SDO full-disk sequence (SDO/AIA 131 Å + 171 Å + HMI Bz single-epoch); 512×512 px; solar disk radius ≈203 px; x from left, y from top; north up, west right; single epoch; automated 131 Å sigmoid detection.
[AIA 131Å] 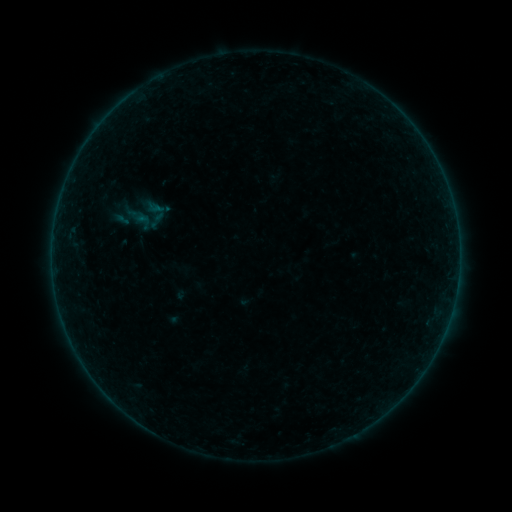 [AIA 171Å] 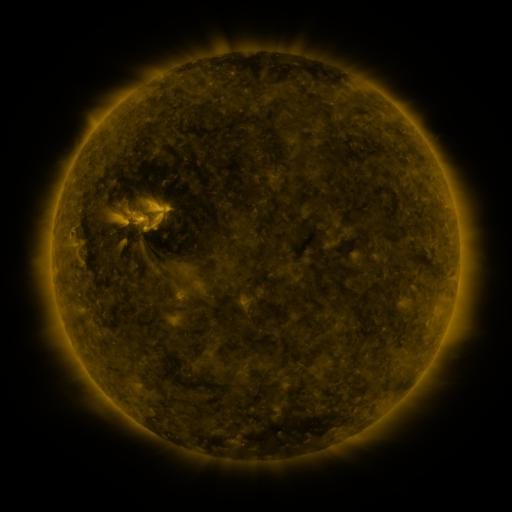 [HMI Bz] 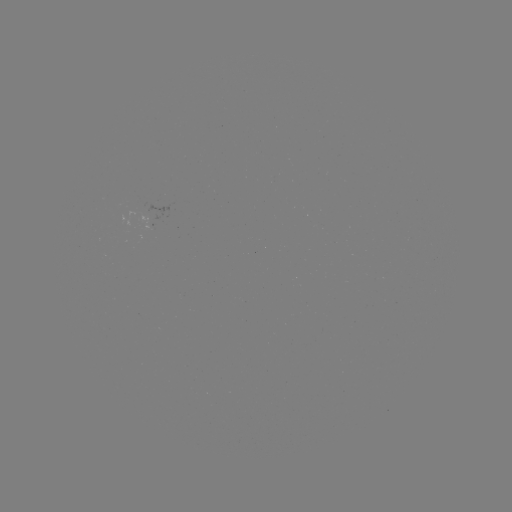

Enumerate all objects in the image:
sigmoid: <bbox>122, 190, 171, 240</bbox>
